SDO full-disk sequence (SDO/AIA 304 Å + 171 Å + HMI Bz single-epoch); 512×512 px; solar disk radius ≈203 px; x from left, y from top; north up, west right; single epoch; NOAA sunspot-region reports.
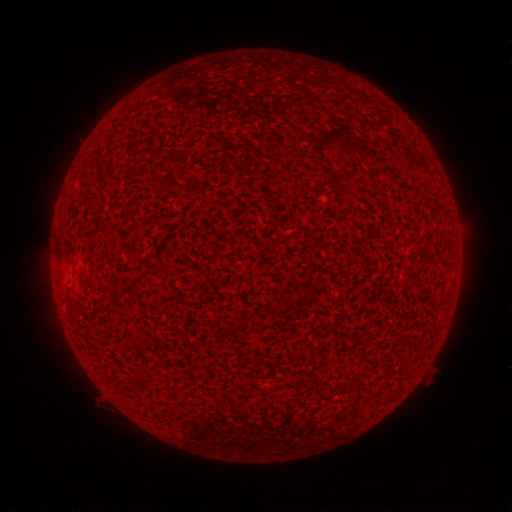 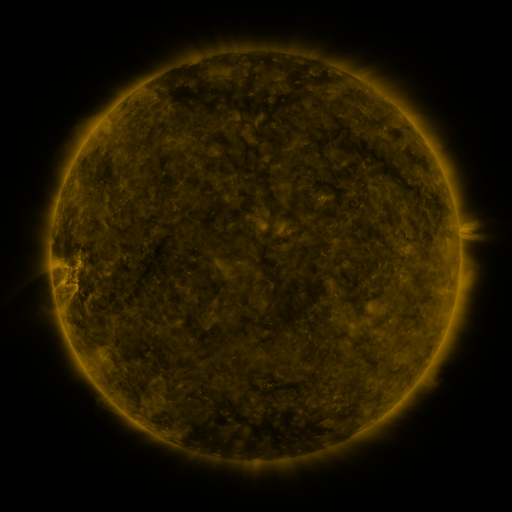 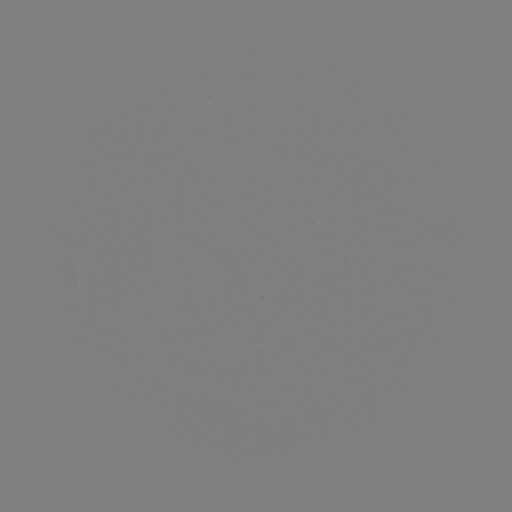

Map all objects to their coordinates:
(none)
